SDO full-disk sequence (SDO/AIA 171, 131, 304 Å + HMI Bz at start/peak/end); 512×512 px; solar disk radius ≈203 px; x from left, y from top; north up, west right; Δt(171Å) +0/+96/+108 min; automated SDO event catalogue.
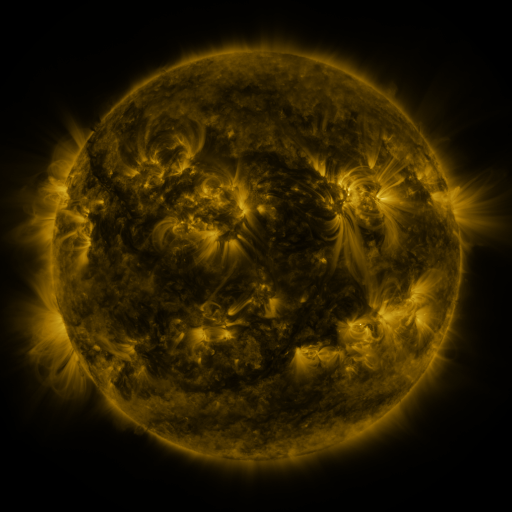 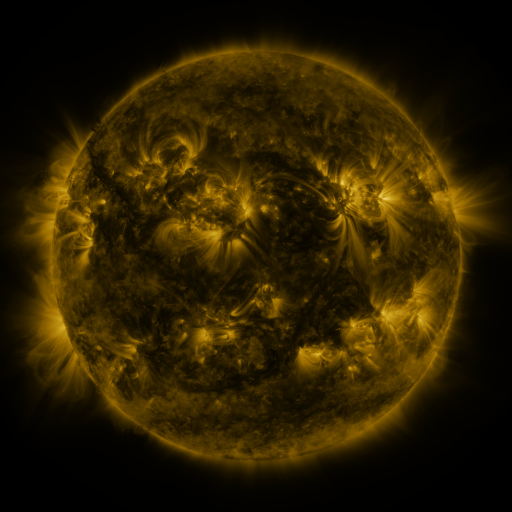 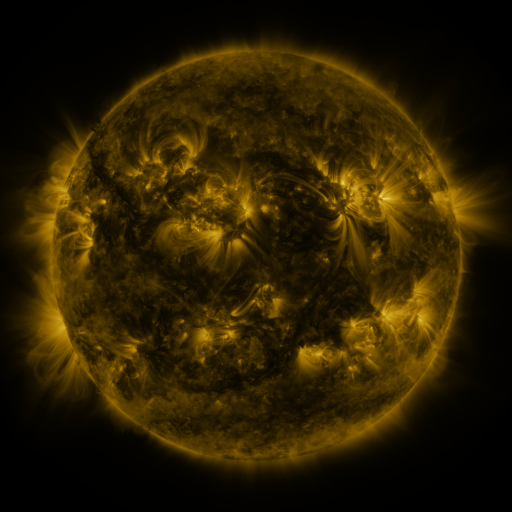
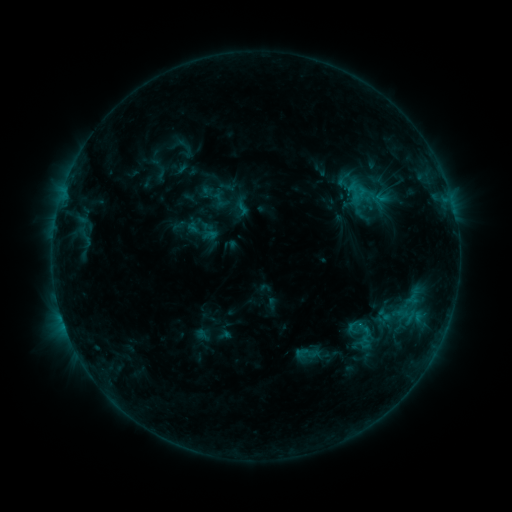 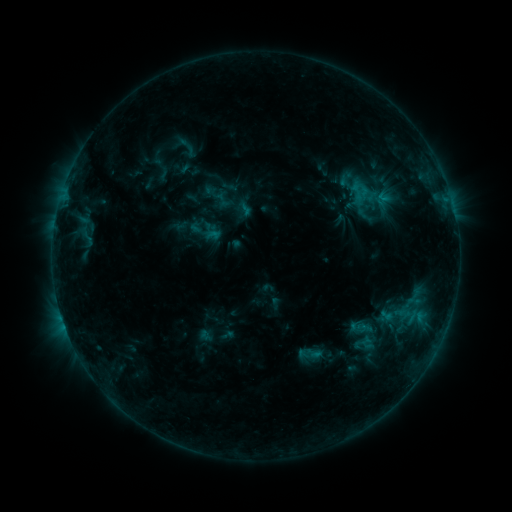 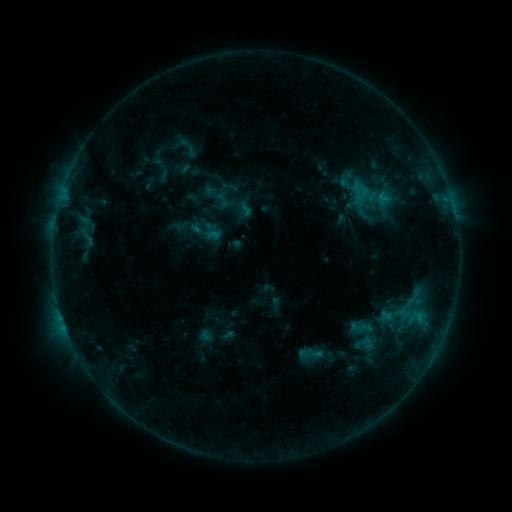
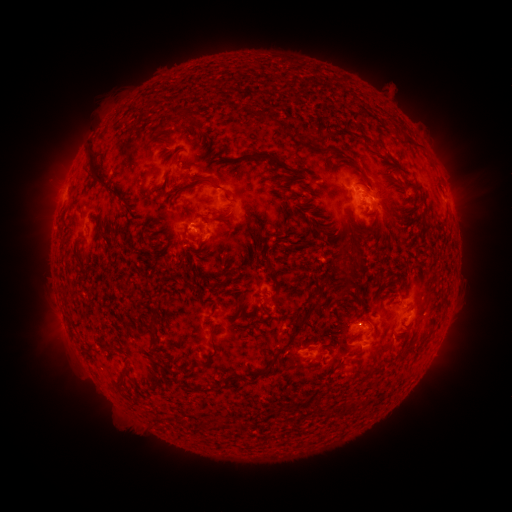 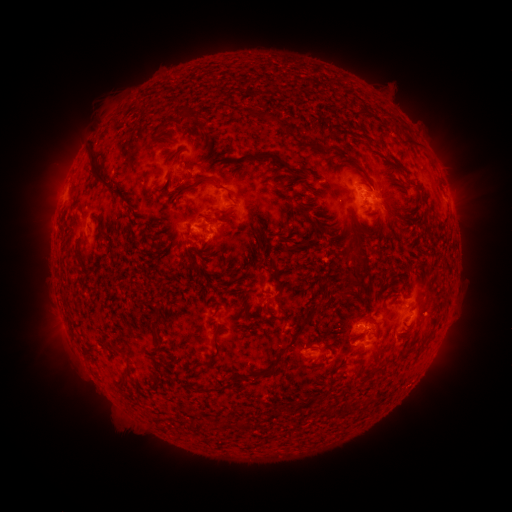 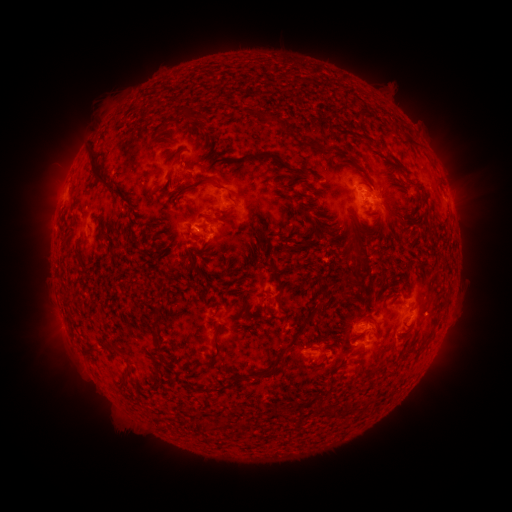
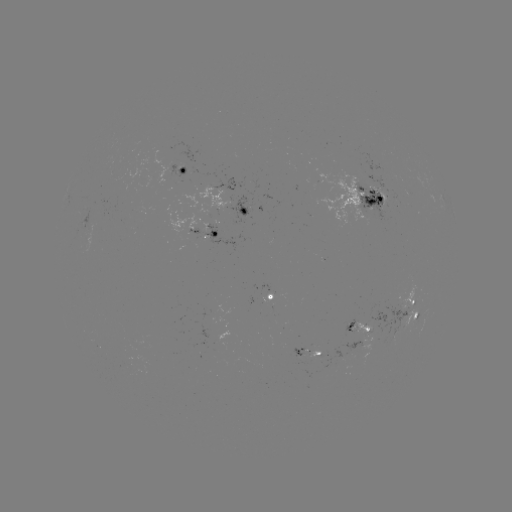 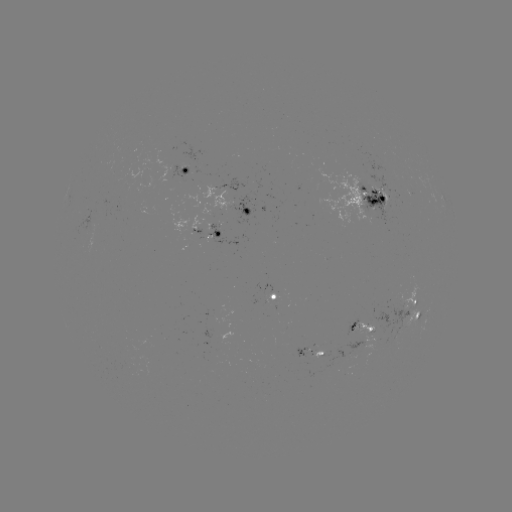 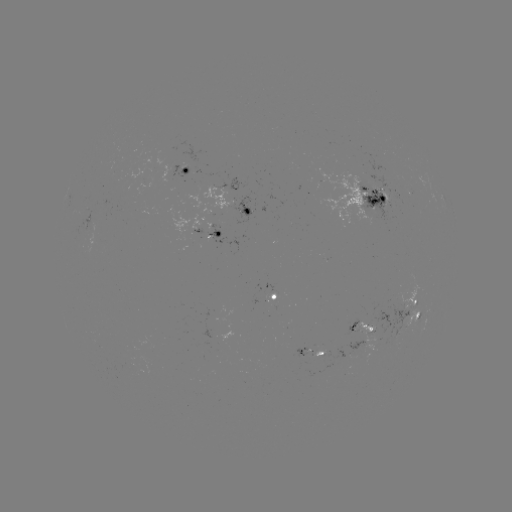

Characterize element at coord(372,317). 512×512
emerging-flux region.